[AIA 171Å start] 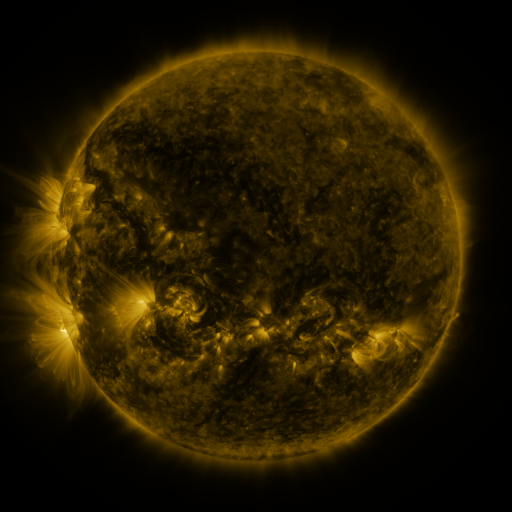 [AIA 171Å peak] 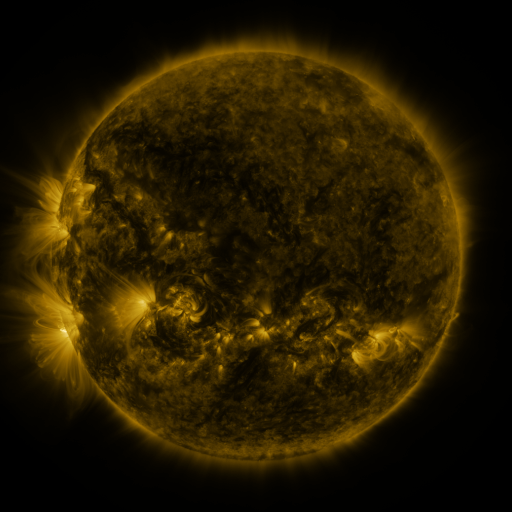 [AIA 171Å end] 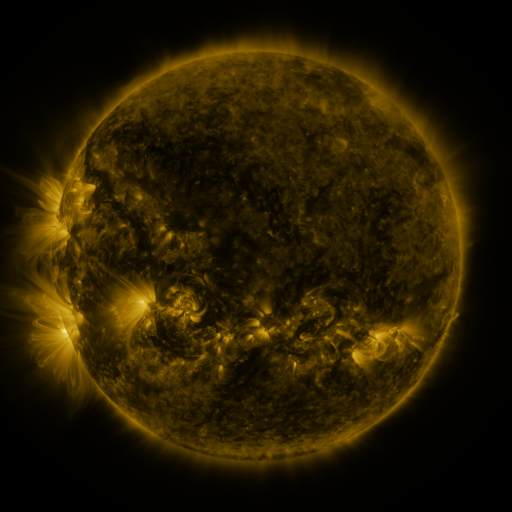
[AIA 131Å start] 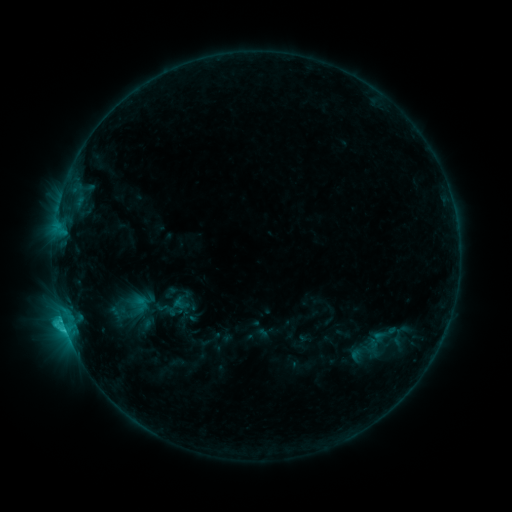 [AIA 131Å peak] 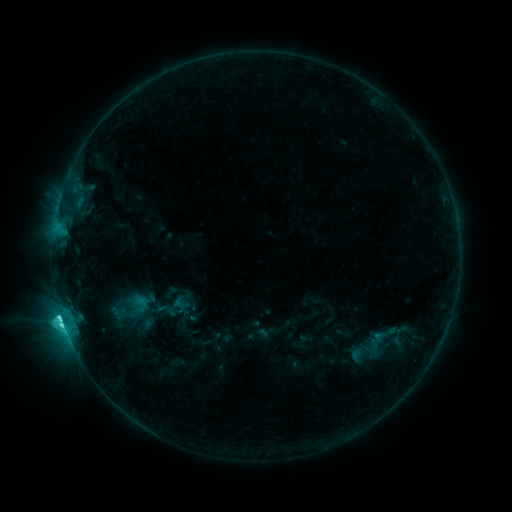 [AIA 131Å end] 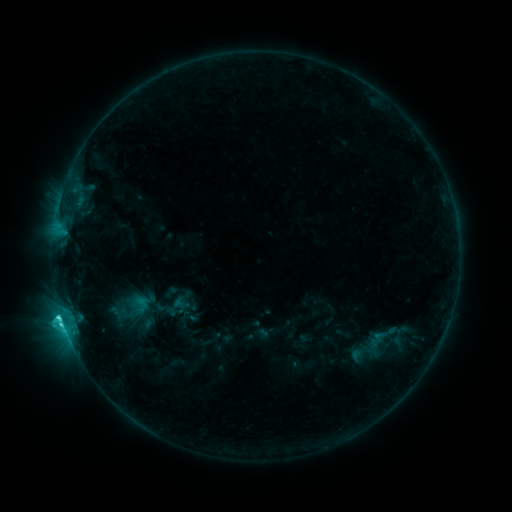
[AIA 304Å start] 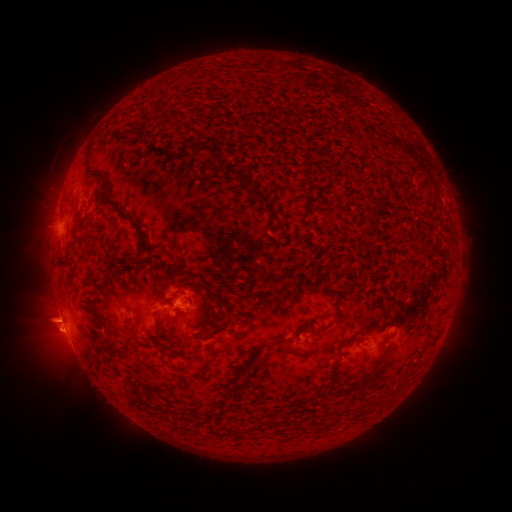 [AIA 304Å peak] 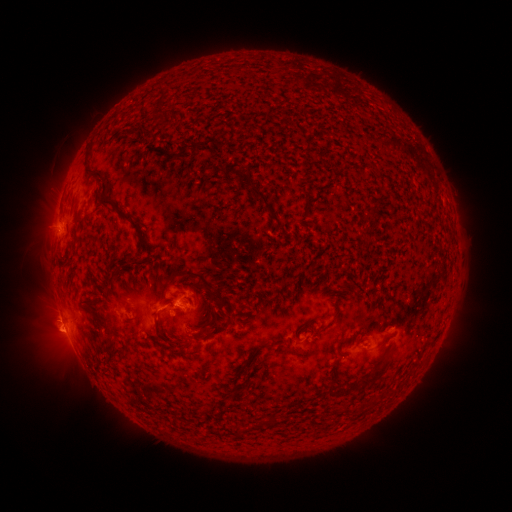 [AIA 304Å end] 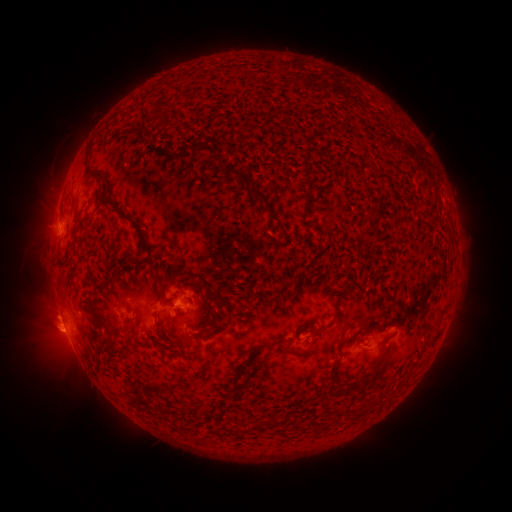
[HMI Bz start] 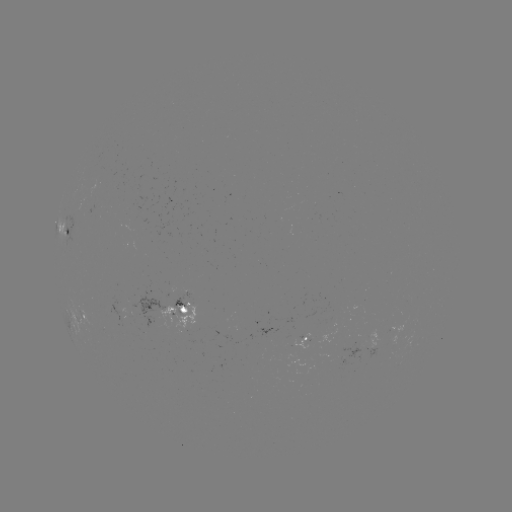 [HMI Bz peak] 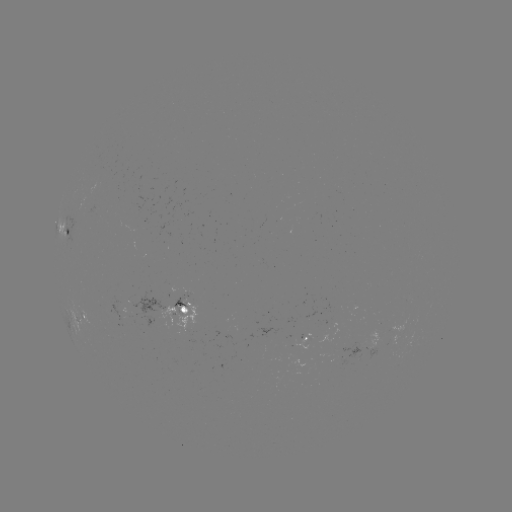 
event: flare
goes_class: C4.7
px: (161, 308)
